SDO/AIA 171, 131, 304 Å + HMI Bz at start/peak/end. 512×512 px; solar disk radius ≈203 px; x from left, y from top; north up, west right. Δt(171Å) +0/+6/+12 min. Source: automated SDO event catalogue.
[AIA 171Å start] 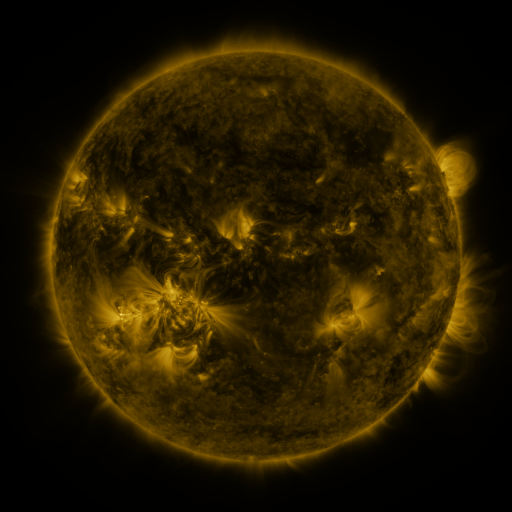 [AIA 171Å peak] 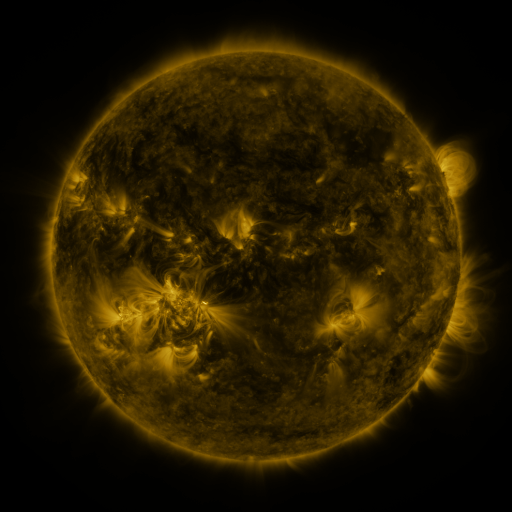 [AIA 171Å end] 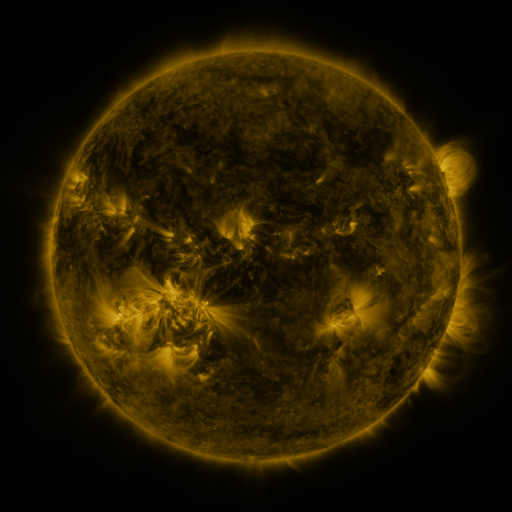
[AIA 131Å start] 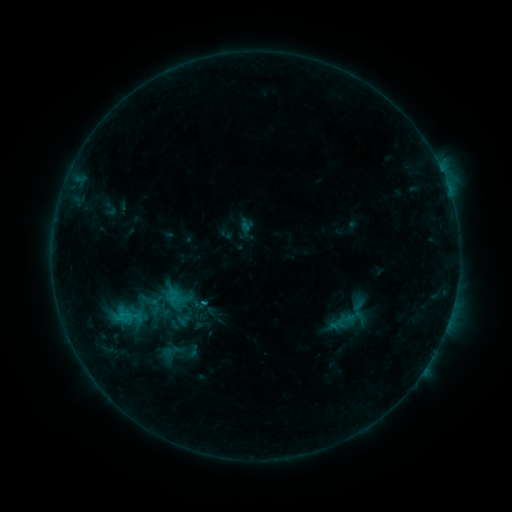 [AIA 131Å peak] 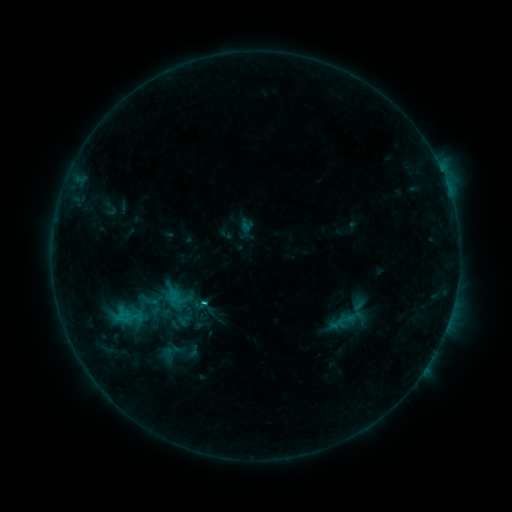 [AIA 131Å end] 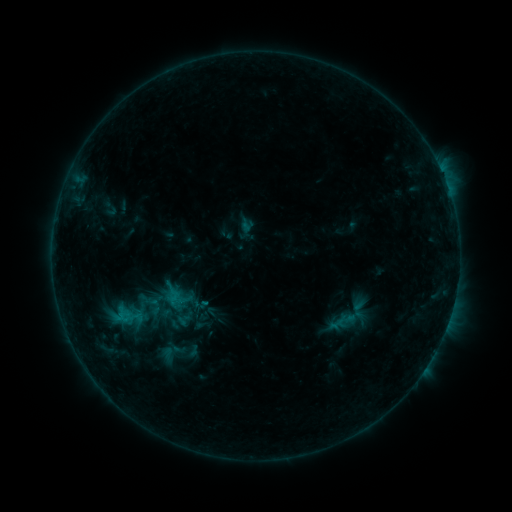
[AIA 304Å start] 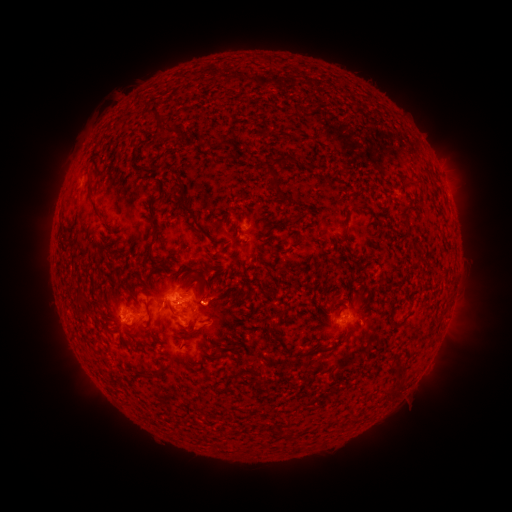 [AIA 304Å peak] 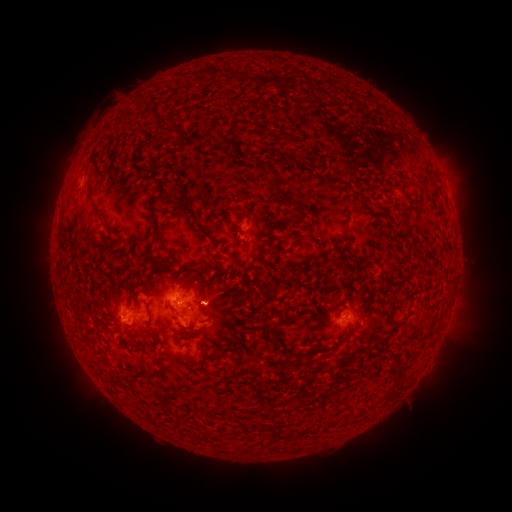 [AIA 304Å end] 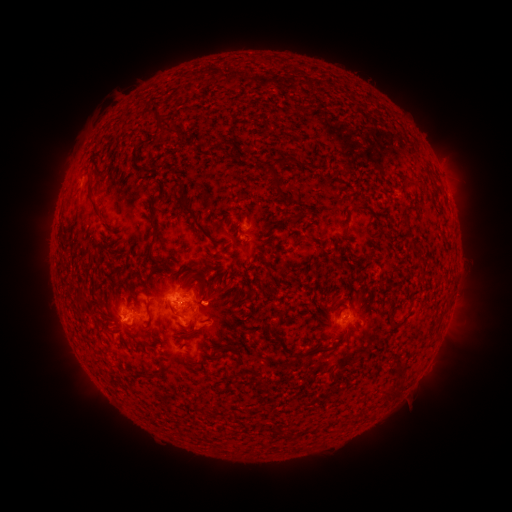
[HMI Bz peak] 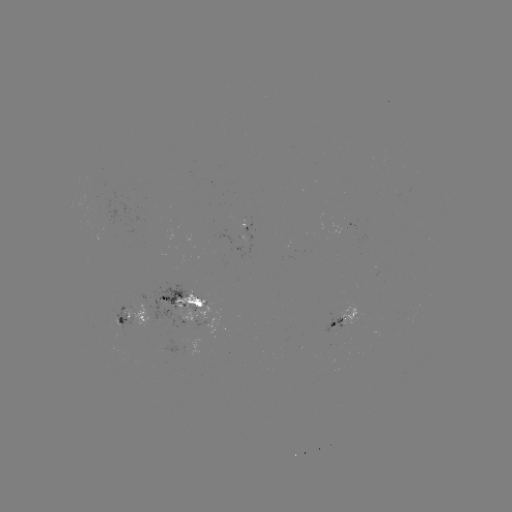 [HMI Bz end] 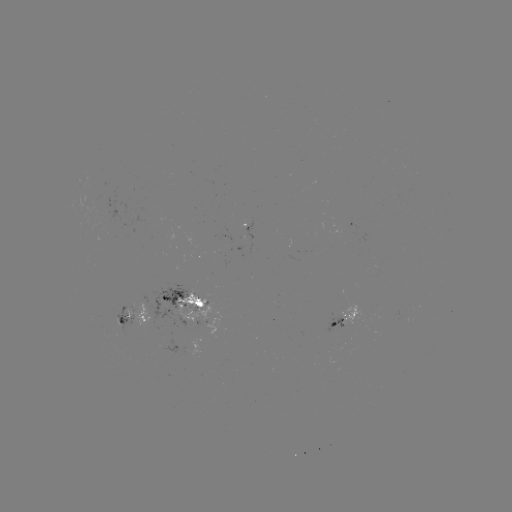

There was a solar flare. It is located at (203, 299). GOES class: C1.0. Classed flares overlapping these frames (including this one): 1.